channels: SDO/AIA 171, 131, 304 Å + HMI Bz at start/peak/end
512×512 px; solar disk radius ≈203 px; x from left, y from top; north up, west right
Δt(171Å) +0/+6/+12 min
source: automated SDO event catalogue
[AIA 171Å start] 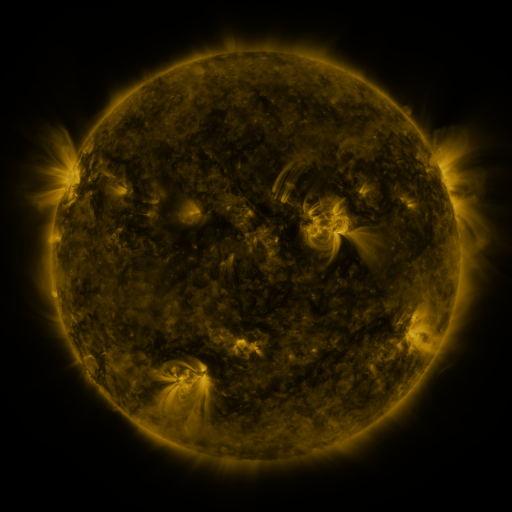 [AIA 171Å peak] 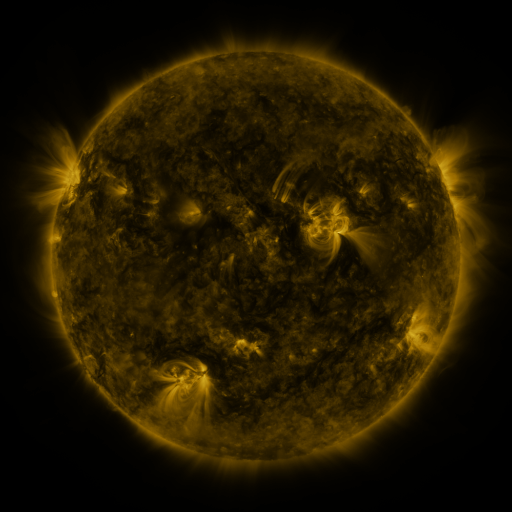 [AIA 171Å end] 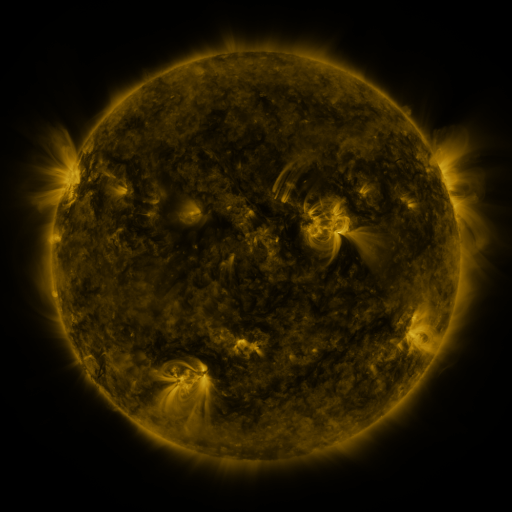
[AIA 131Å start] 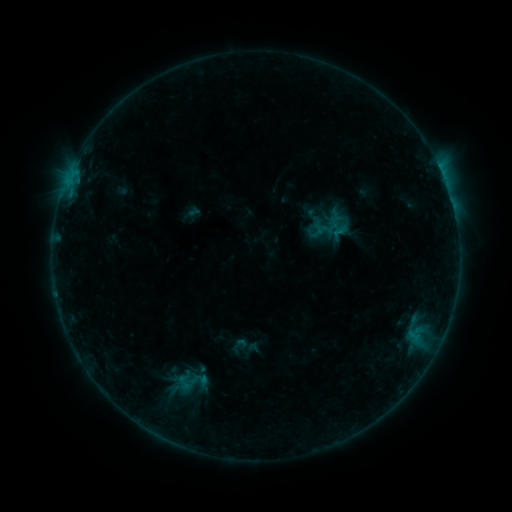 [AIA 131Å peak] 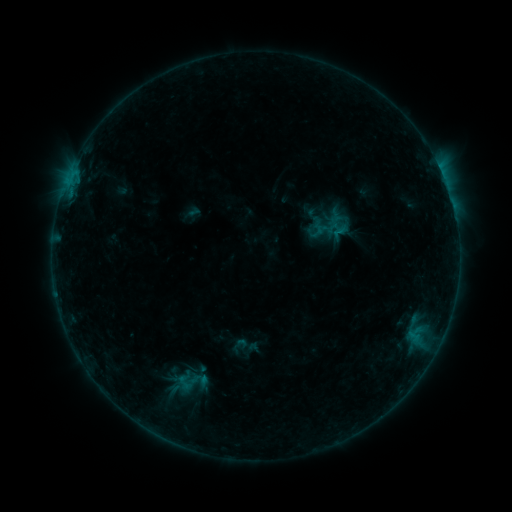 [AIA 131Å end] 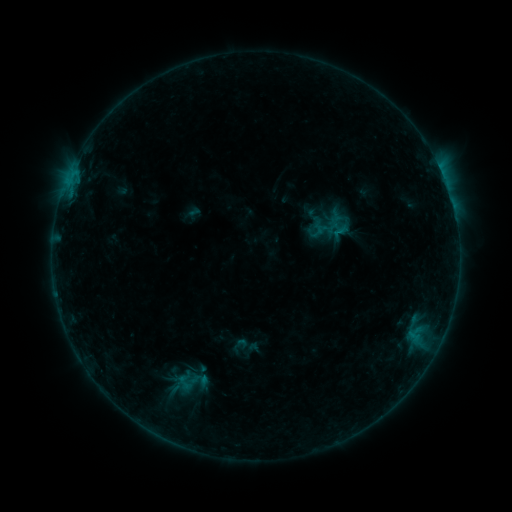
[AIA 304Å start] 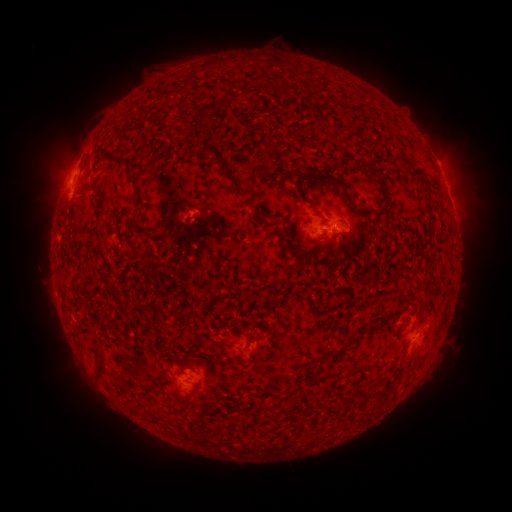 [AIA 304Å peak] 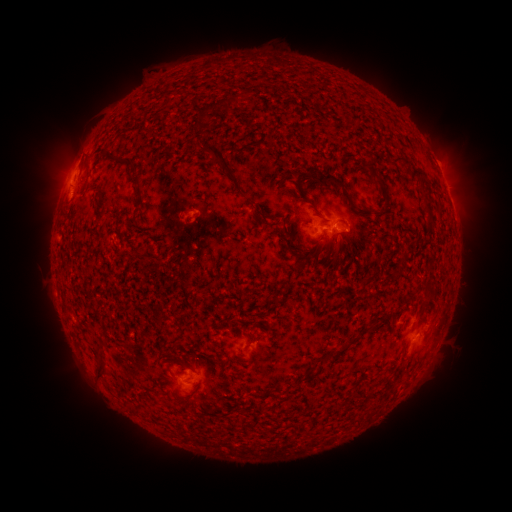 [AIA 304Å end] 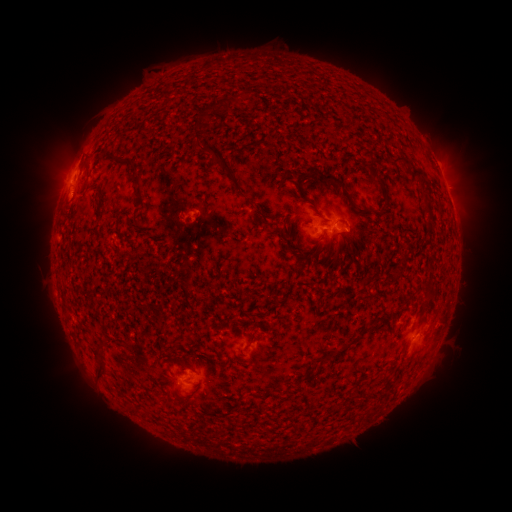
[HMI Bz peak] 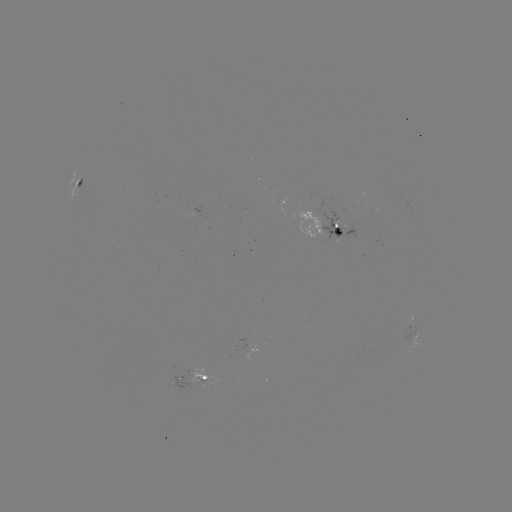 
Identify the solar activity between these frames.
no classed flare was catalogued and no EUV brightening was flagged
